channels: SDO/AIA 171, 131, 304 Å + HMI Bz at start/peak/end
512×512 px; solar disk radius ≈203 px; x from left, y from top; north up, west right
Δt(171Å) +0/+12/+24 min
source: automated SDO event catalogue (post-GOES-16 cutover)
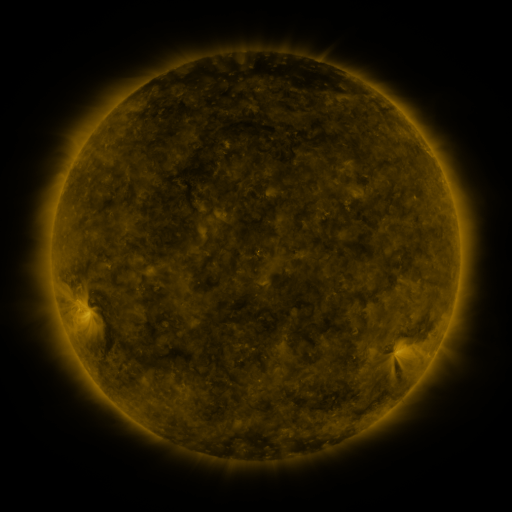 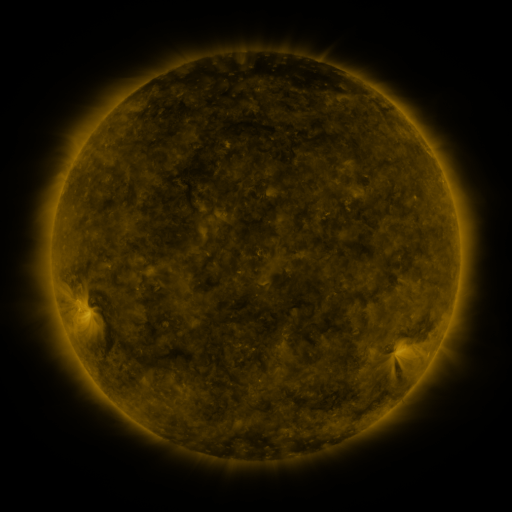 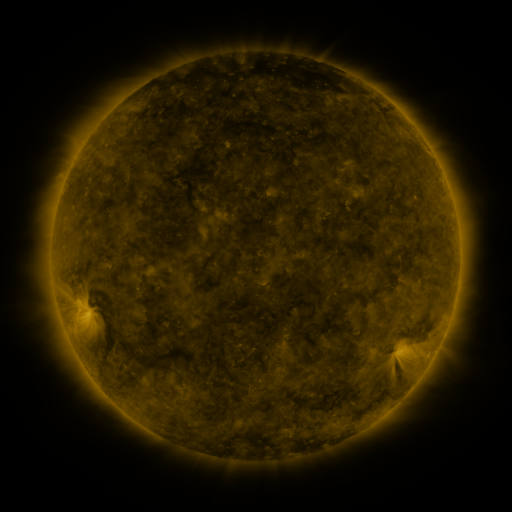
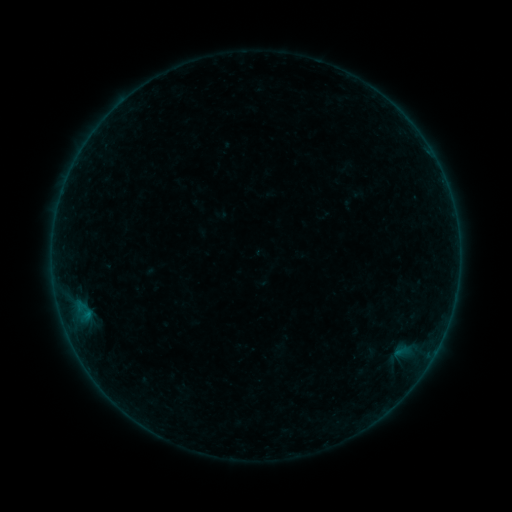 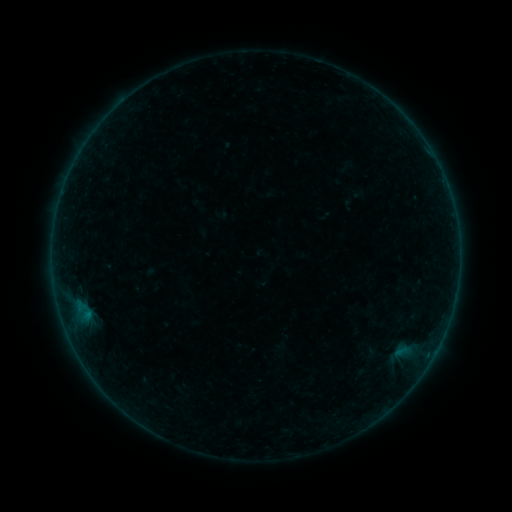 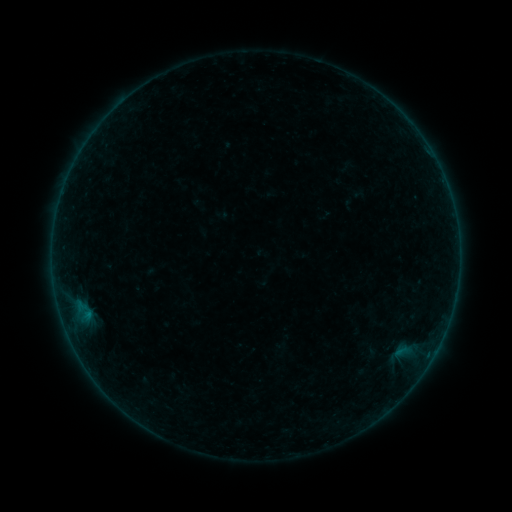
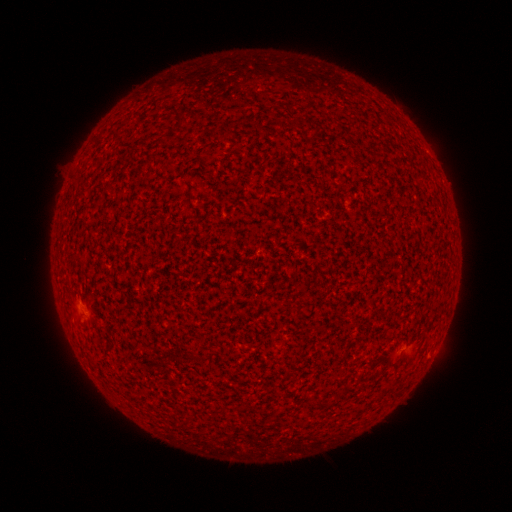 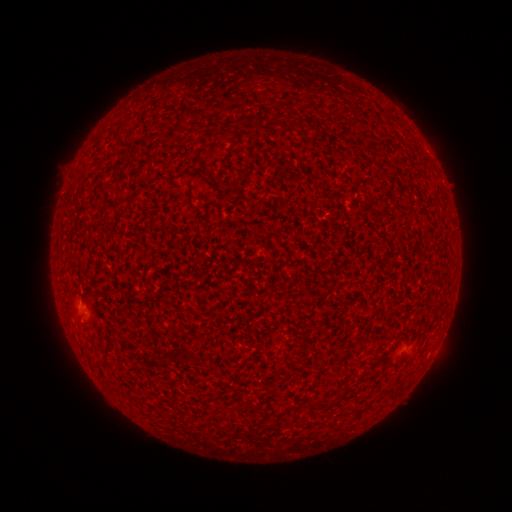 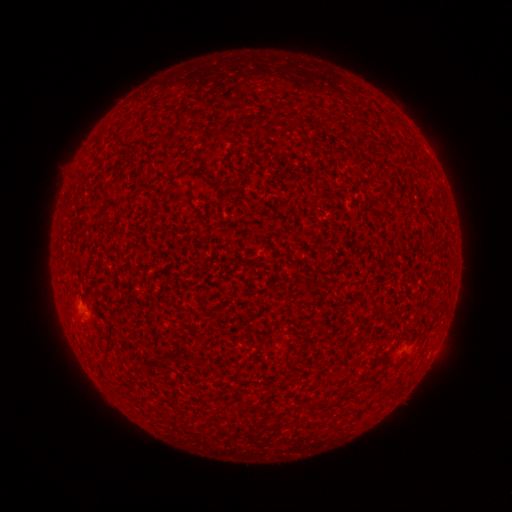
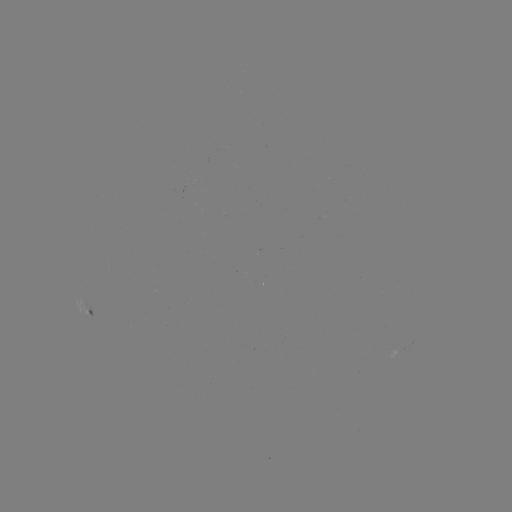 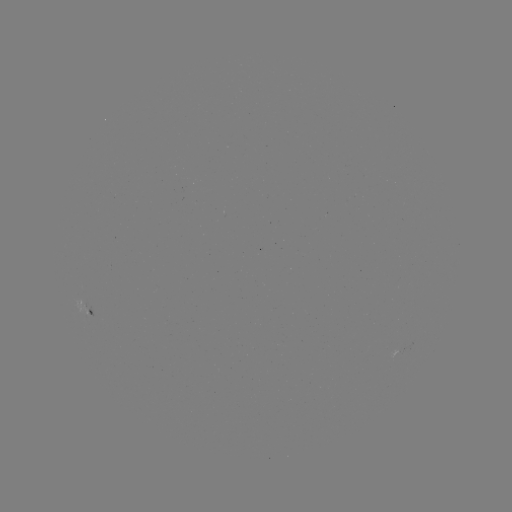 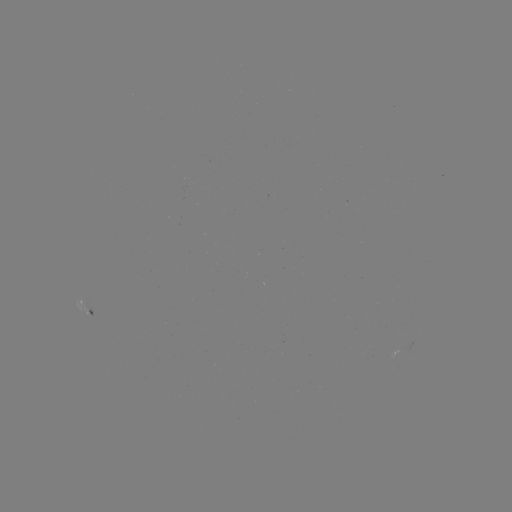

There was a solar flare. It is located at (428, 353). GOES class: A3.2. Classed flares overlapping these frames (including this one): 1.